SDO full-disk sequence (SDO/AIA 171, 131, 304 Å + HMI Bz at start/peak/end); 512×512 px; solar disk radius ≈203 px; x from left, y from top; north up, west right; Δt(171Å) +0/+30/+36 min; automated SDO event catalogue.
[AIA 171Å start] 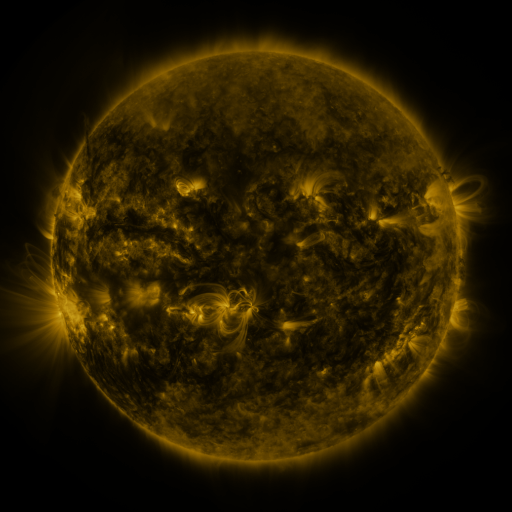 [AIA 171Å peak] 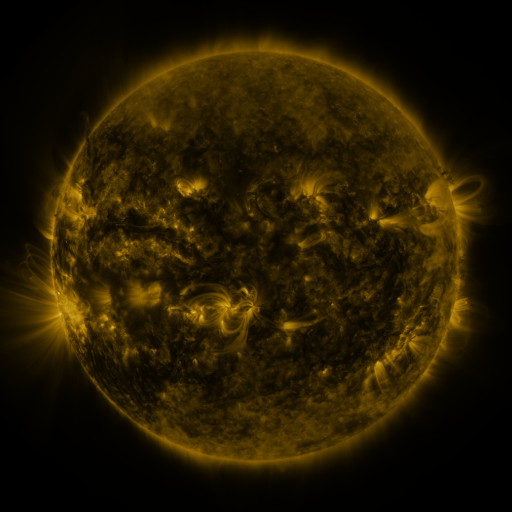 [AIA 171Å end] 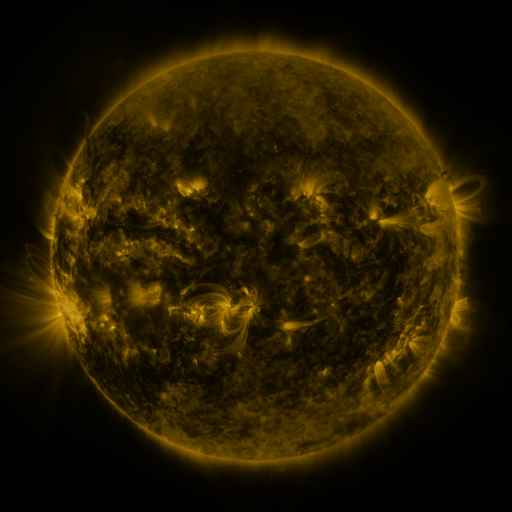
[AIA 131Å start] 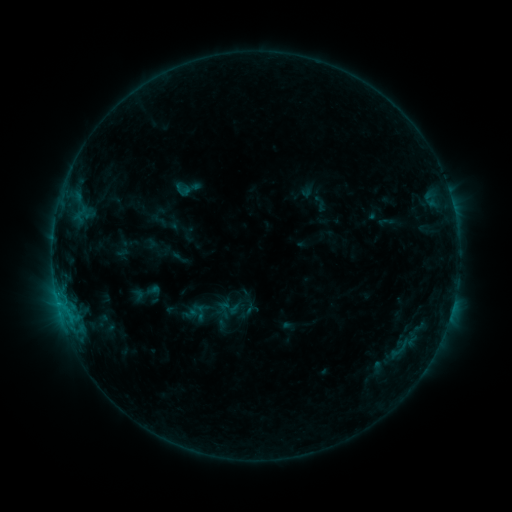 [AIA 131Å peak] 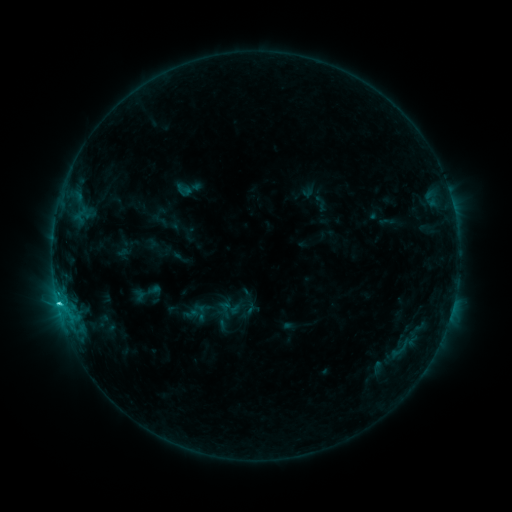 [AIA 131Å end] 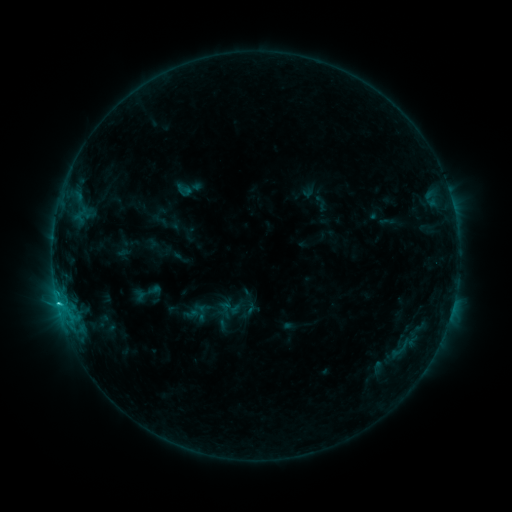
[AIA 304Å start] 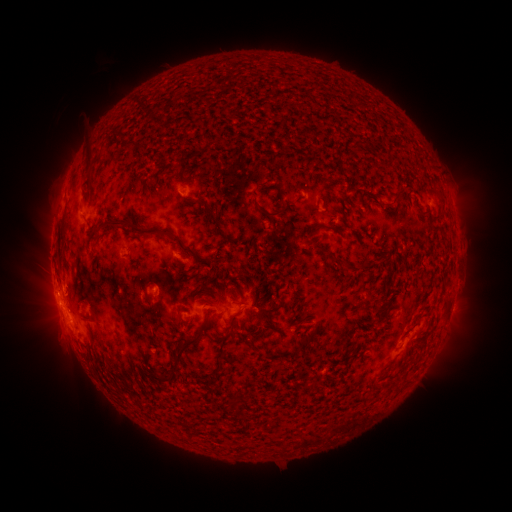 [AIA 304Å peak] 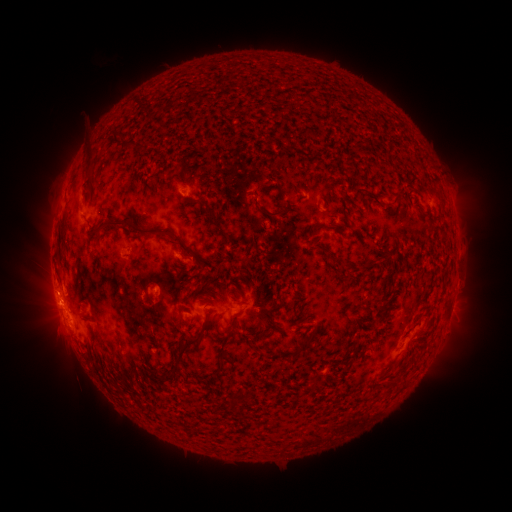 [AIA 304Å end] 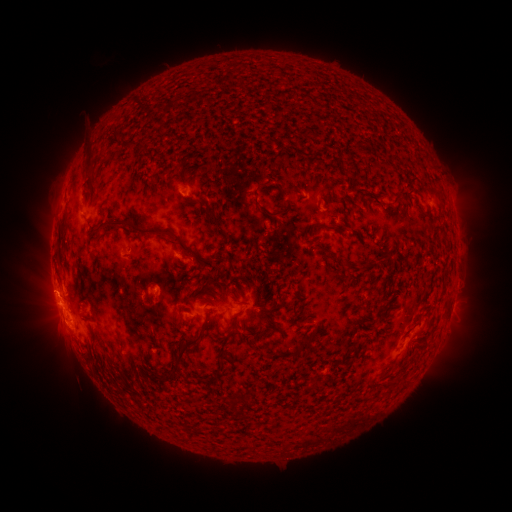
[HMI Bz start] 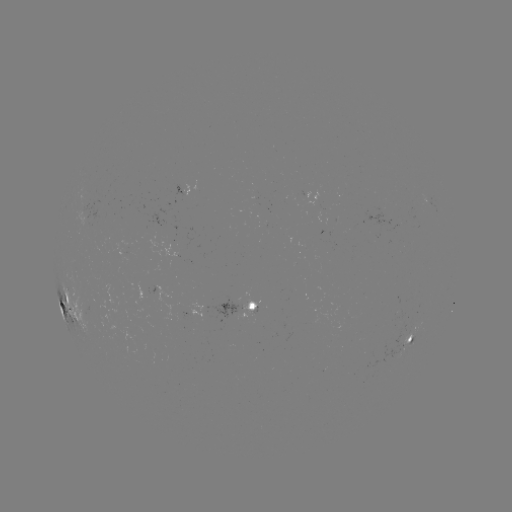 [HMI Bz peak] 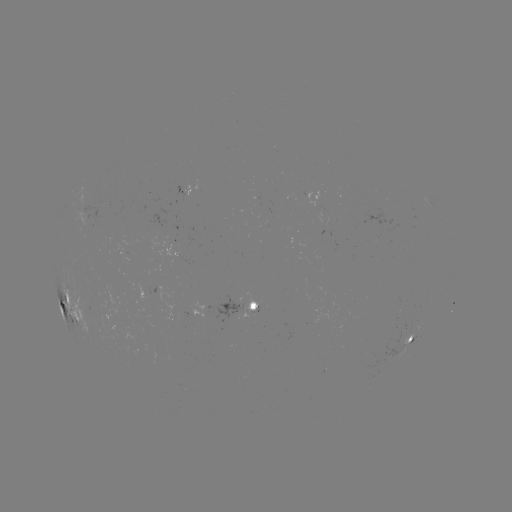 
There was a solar flare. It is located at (59, 303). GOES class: C2.3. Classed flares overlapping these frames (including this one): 1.